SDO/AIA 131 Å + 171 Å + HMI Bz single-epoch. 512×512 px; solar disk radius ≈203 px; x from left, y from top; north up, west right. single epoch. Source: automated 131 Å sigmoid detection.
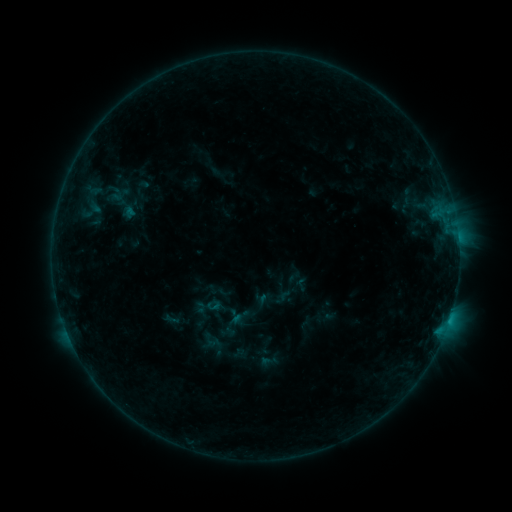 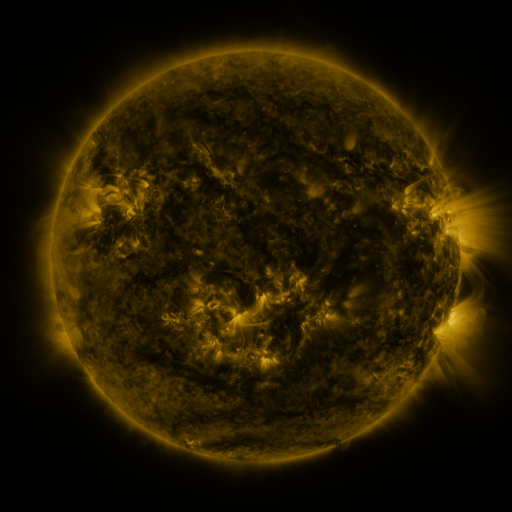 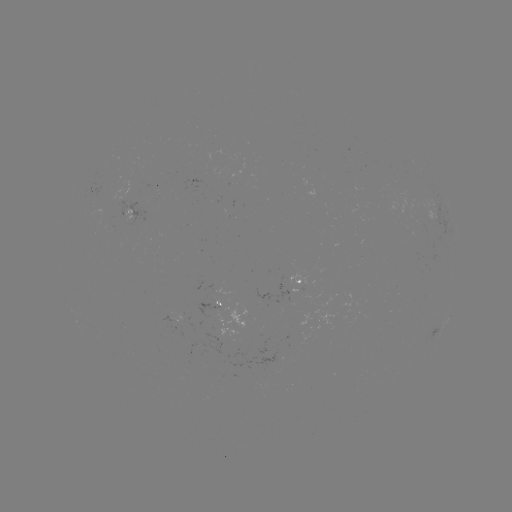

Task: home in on sigmoid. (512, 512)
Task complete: (213, 306).